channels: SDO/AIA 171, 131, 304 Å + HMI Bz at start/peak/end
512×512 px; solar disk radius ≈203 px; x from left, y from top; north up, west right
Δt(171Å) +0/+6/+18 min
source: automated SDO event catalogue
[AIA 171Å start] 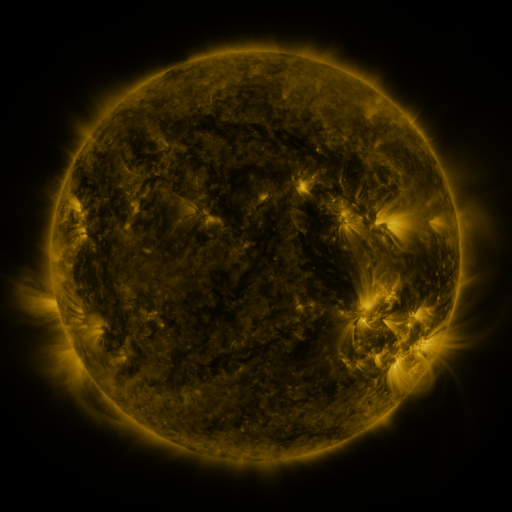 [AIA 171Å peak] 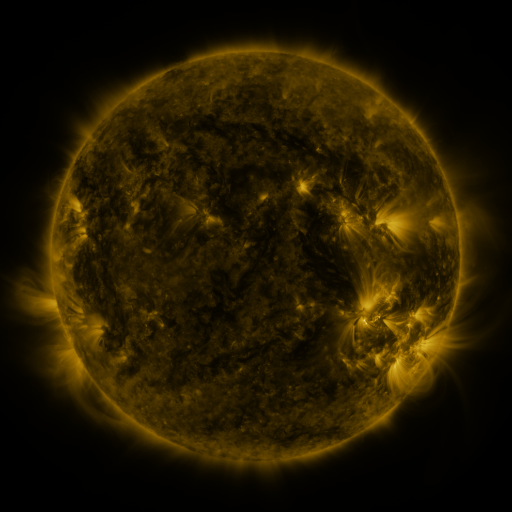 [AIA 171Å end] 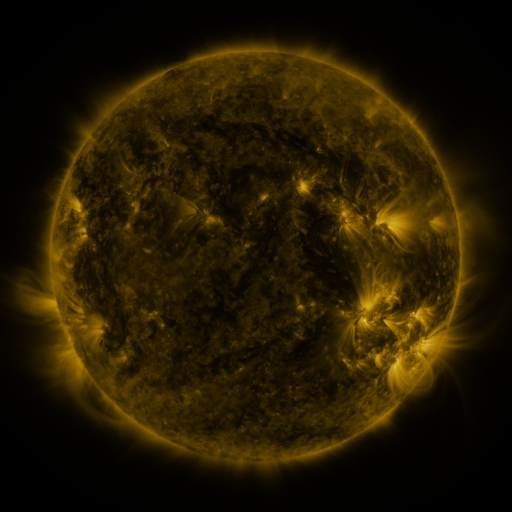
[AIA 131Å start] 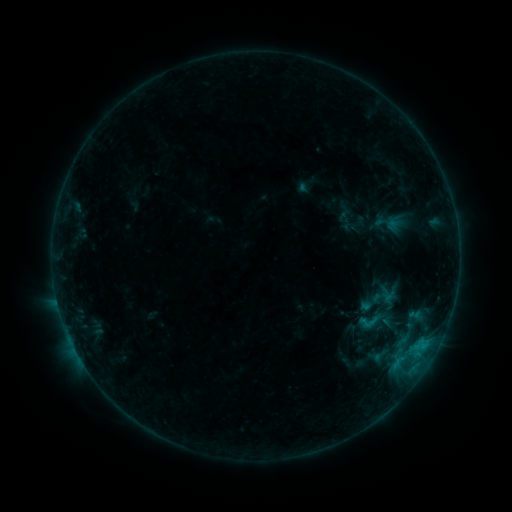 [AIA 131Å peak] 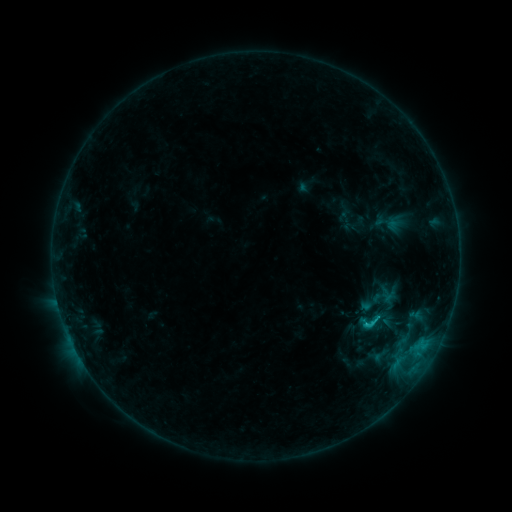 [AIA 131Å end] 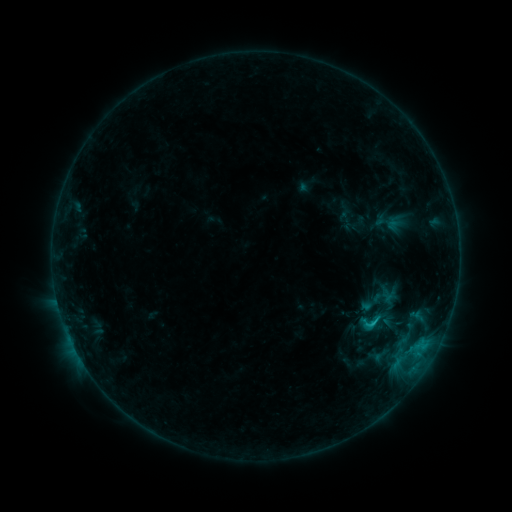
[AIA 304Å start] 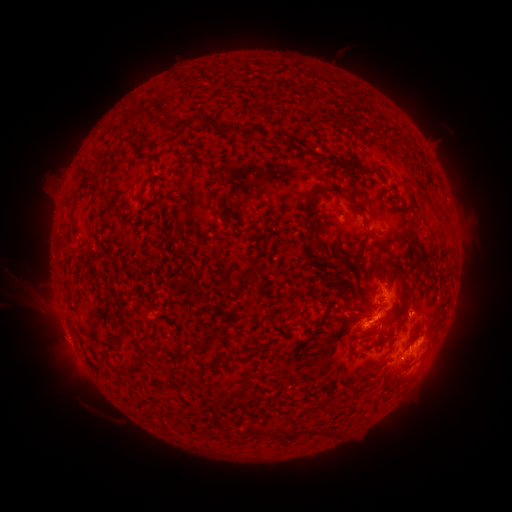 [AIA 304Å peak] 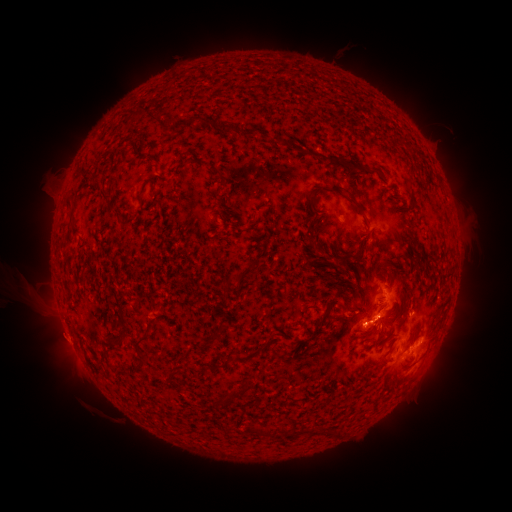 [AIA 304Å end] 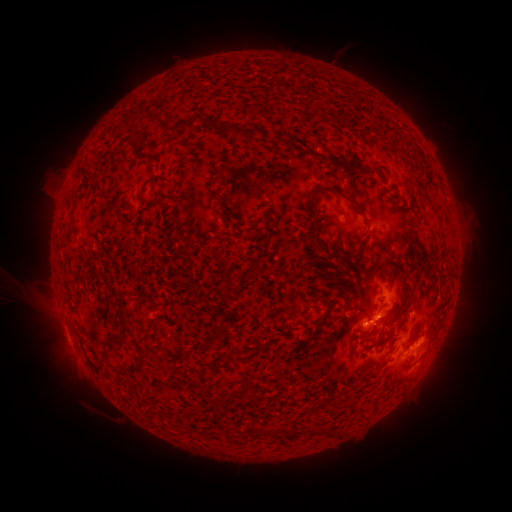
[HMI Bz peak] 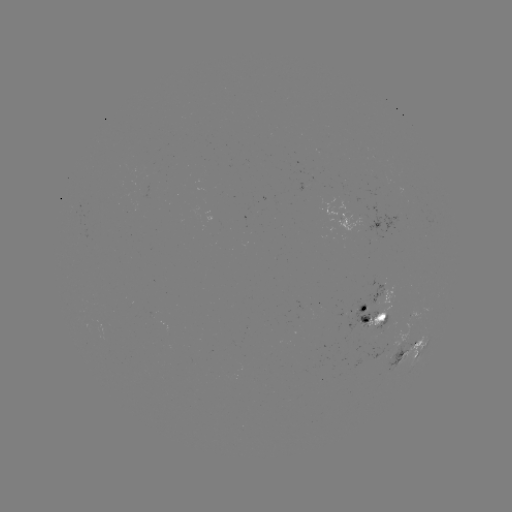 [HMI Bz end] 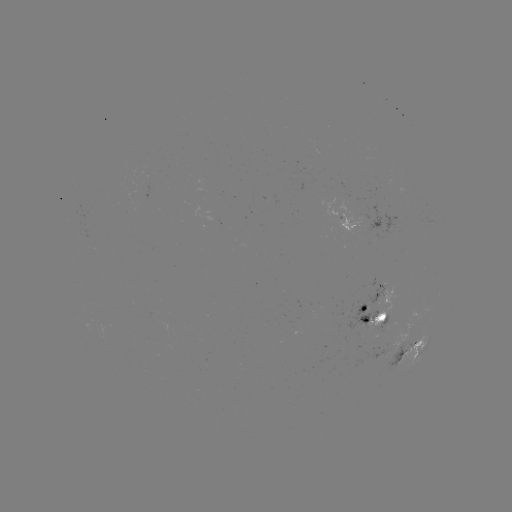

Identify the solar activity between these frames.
C1.8 flare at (367, 322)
